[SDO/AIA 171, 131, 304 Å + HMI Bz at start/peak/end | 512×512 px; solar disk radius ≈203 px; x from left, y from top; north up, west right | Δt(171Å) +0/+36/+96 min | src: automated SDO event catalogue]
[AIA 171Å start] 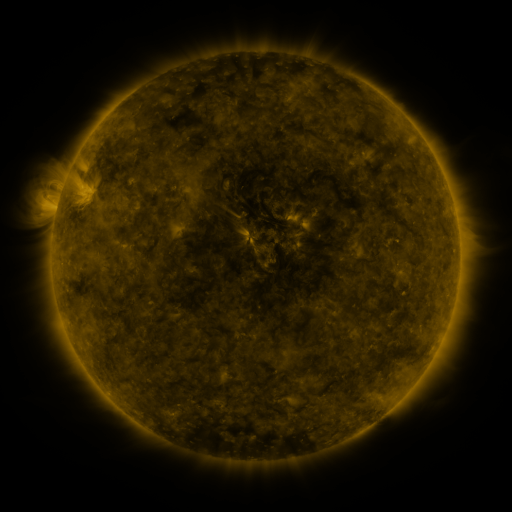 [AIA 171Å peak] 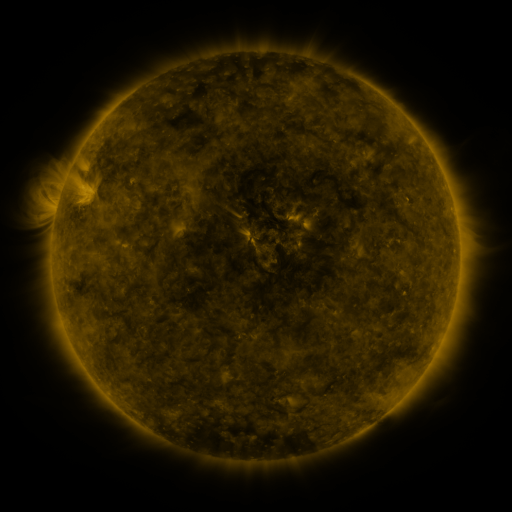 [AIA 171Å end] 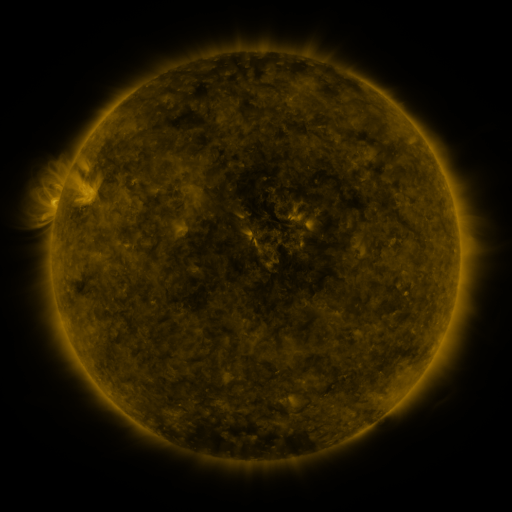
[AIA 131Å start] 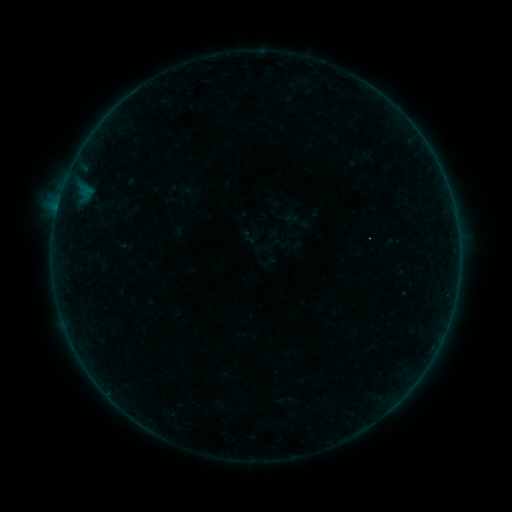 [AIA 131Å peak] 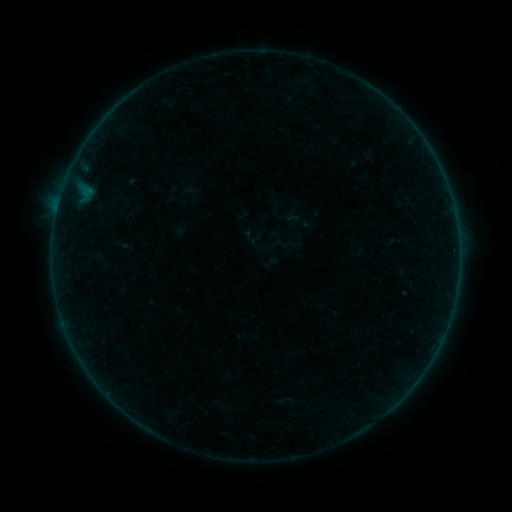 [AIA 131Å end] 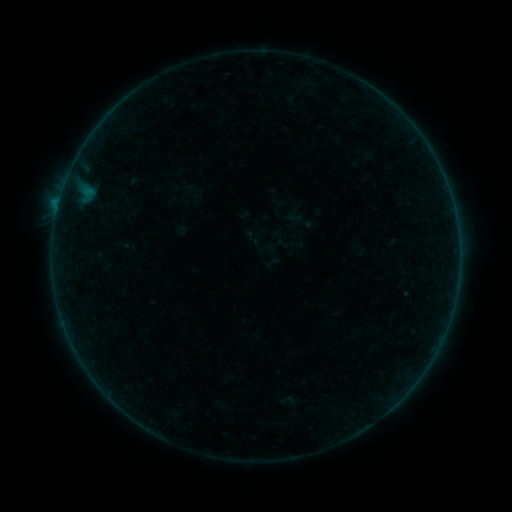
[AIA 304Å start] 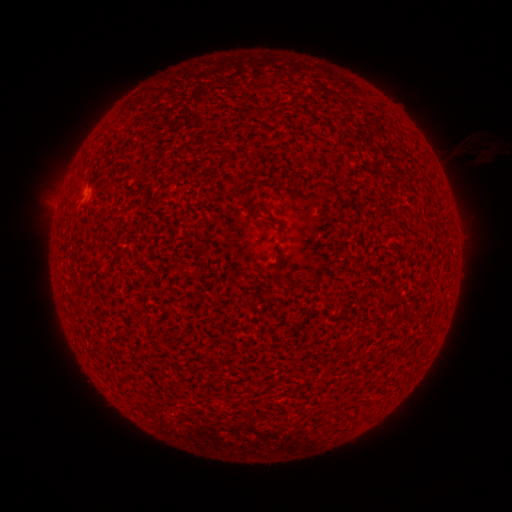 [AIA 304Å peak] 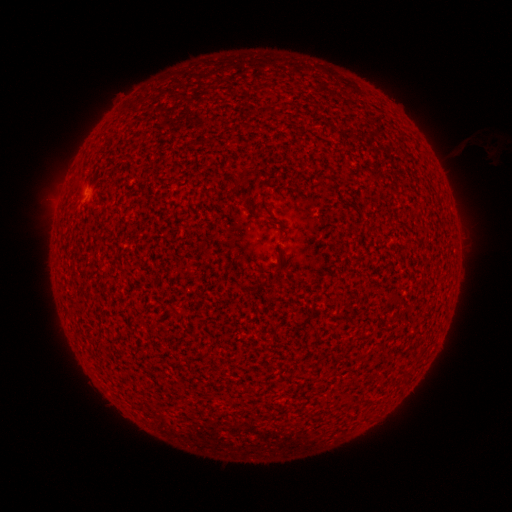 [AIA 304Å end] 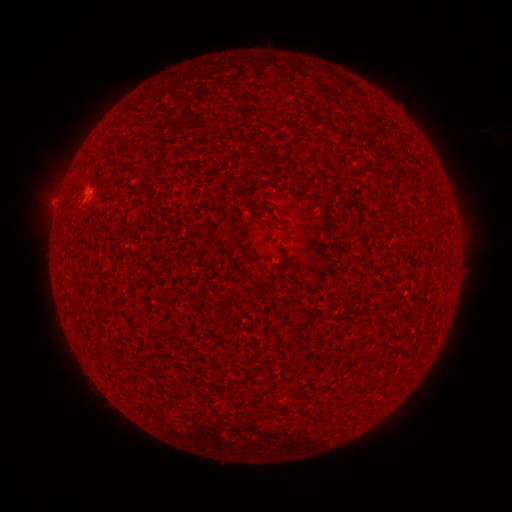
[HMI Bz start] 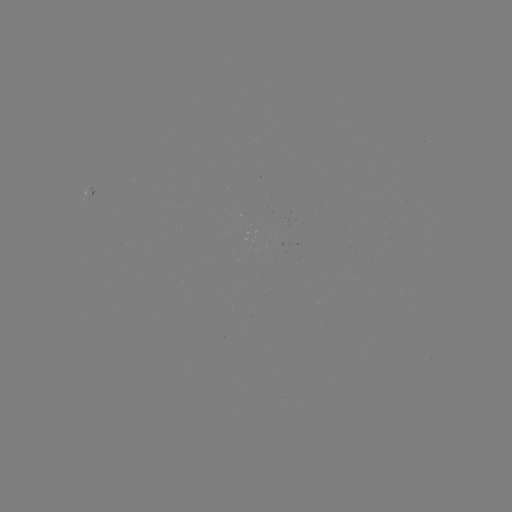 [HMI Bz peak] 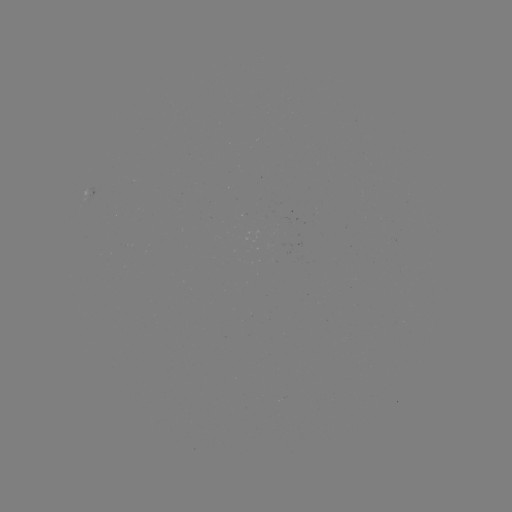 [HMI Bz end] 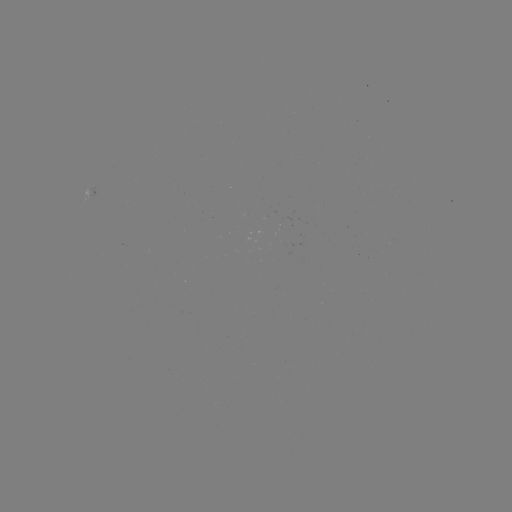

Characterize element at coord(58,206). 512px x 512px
A9.5 flare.